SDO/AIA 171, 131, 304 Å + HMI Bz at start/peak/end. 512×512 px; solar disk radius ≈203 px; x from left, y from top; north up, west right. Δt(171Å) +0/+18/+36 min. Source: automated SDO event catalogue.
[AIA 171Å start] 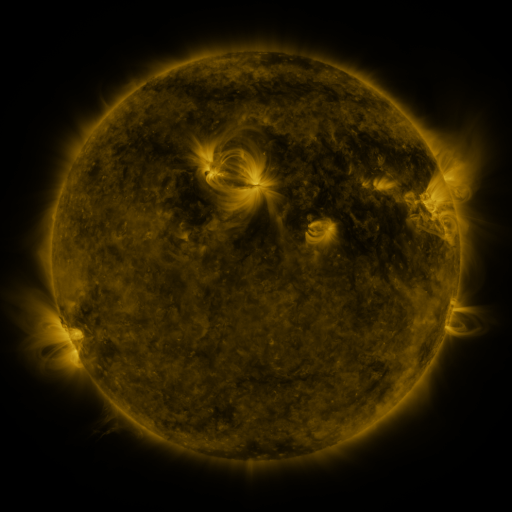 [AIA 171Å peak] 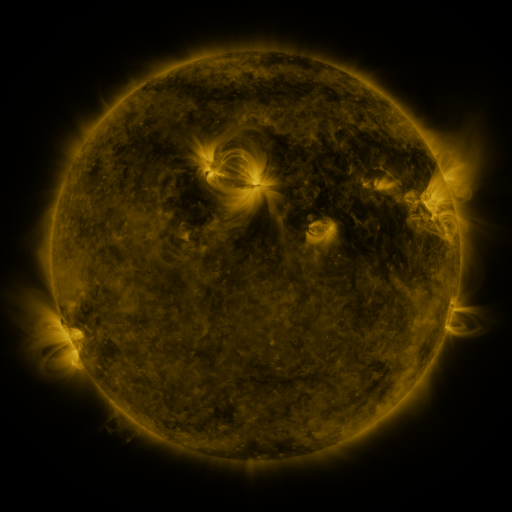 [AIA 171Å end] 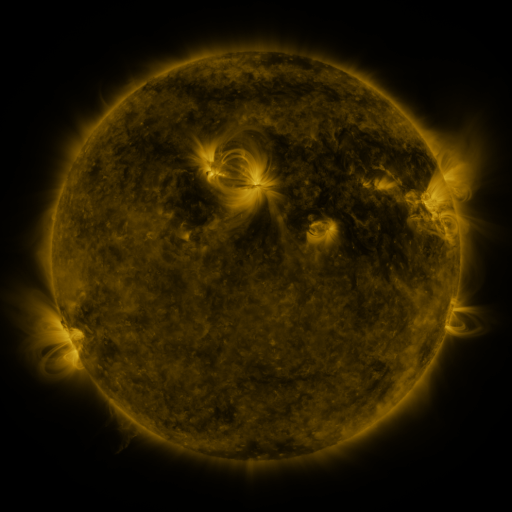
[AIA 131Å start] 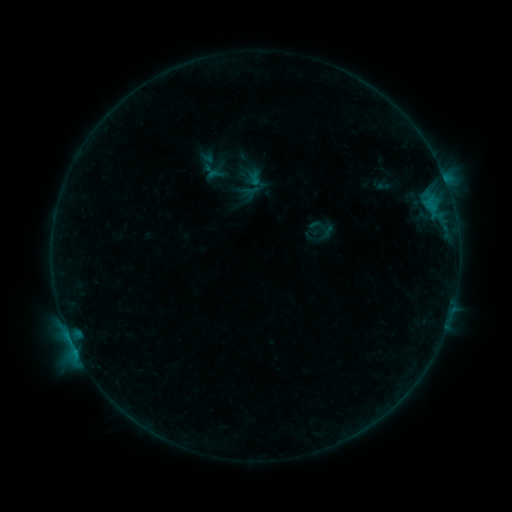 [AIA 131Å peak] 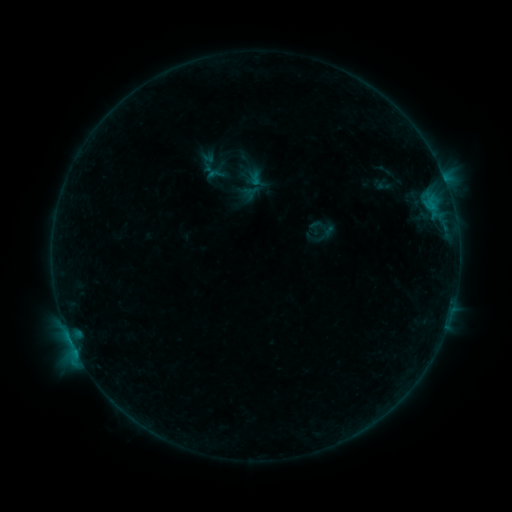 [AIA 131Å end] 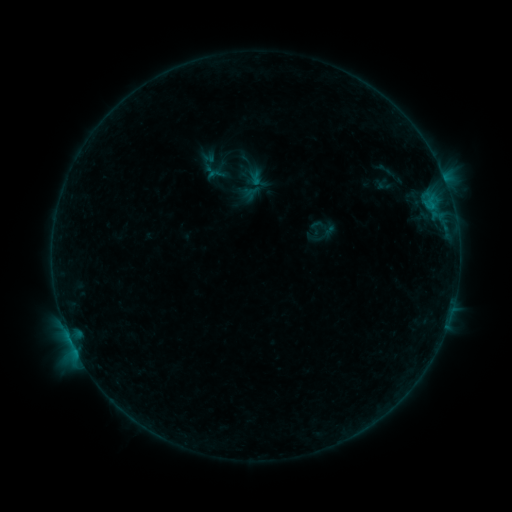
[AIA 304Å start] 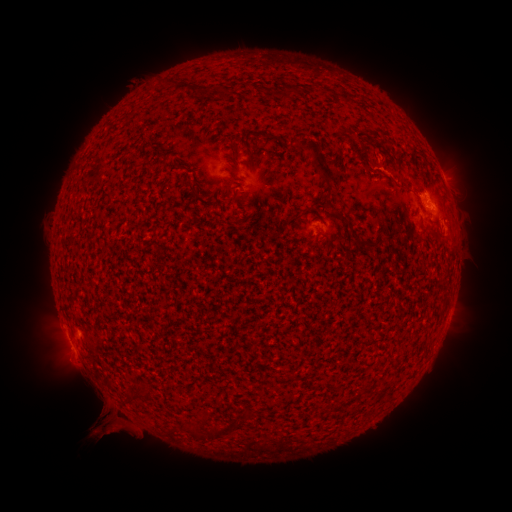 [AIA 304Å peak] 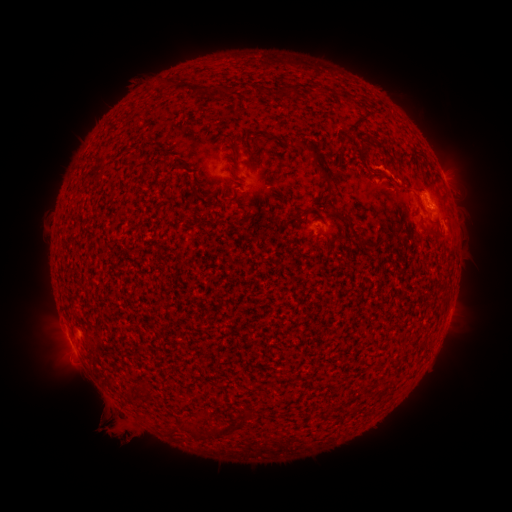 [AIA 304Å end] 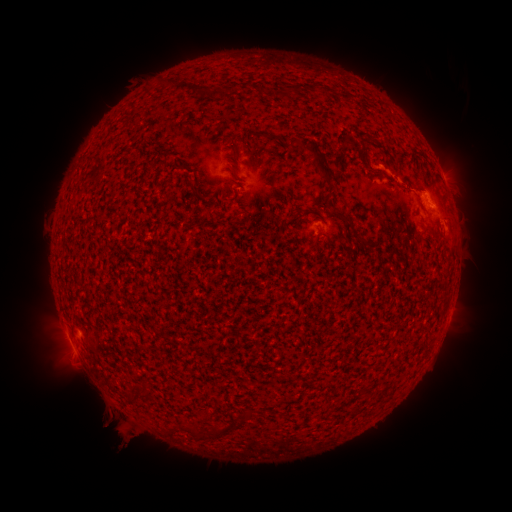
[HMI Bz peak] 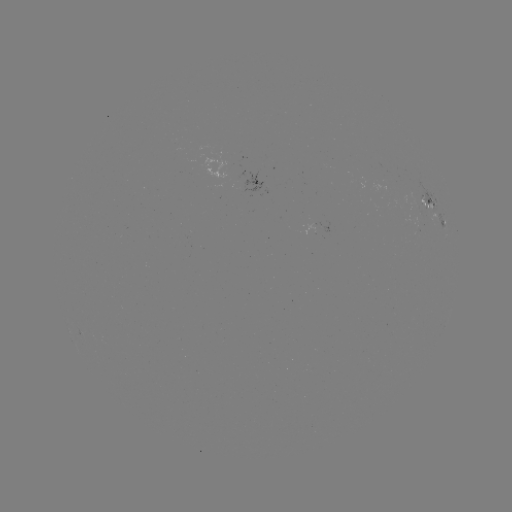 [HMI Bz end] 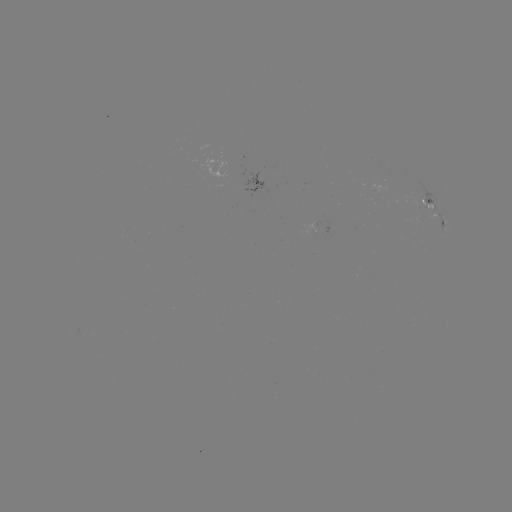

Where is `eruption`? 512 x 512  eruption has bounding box [78, 398, 149, 463].